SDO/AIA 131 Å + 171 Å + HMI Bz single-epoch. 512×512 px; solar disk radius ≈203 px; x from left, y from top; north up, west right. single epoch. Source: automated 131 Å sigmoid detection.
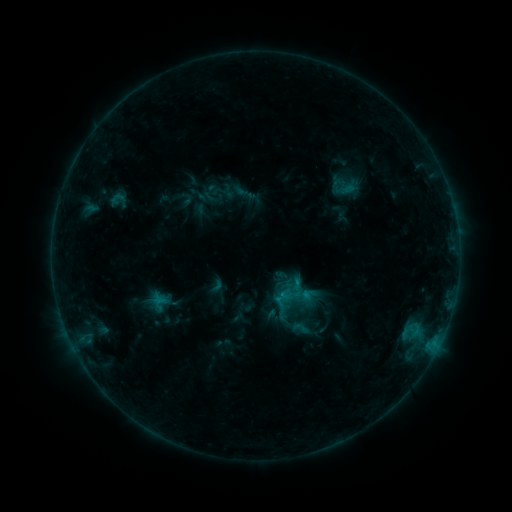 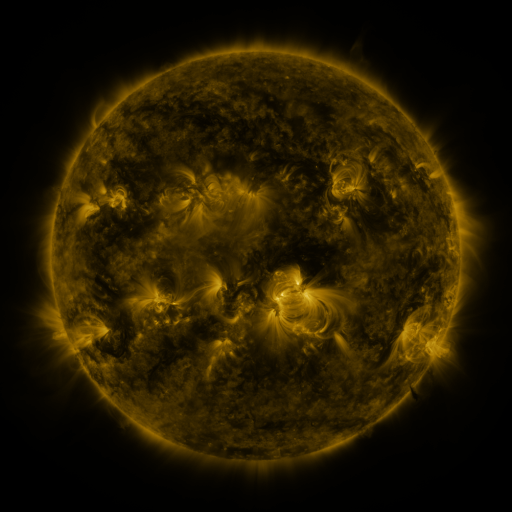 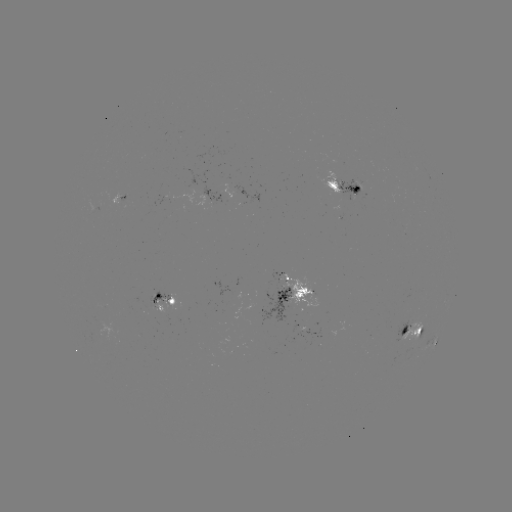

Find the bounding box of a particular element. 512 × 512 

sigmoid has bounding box [290, 318, 310, 338].